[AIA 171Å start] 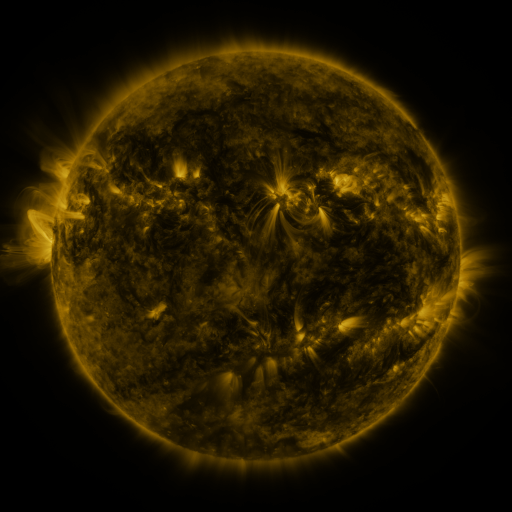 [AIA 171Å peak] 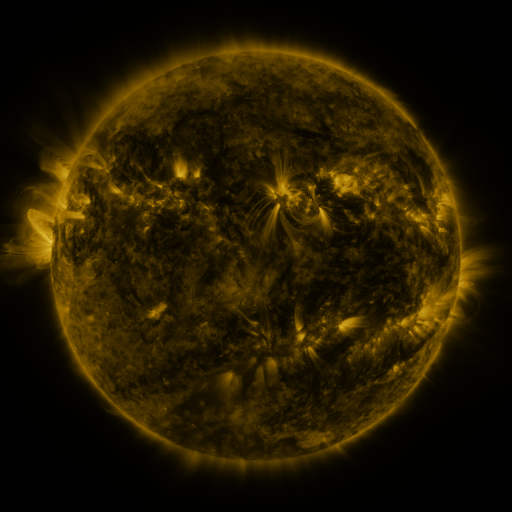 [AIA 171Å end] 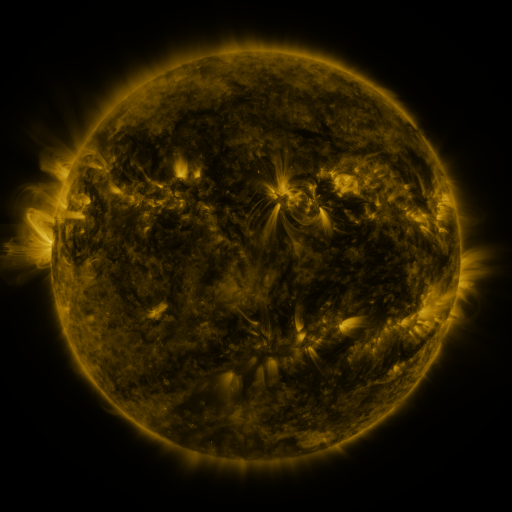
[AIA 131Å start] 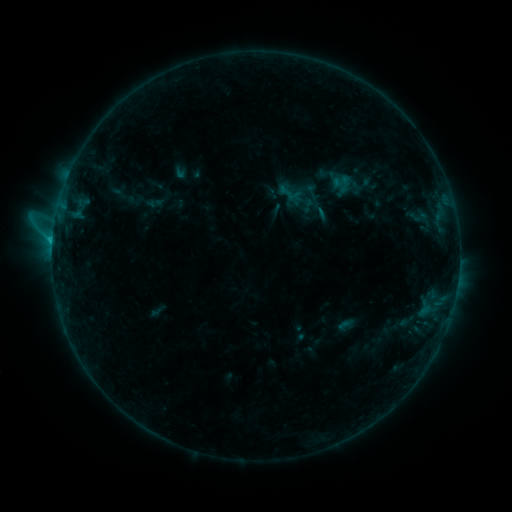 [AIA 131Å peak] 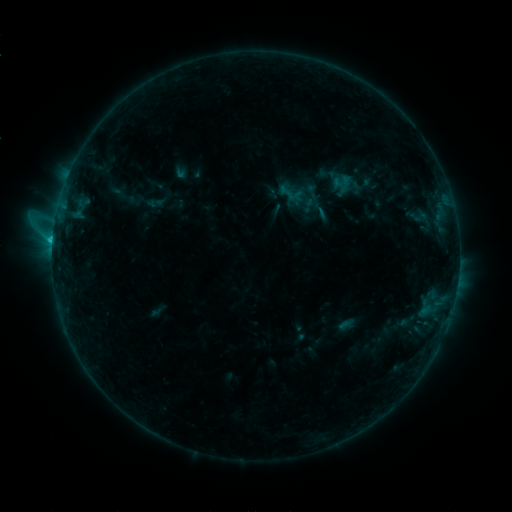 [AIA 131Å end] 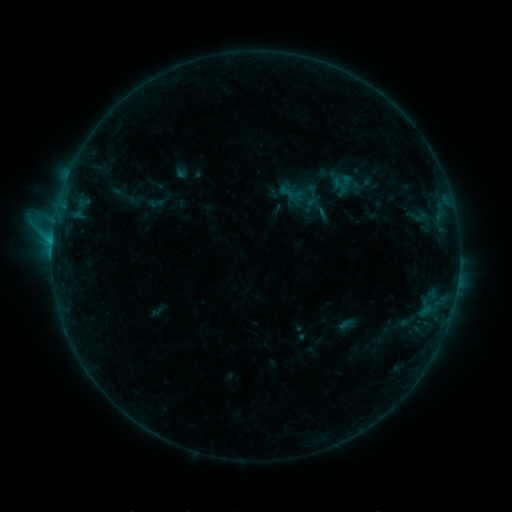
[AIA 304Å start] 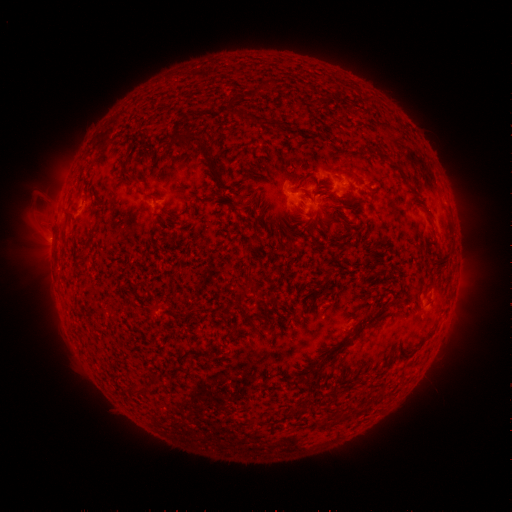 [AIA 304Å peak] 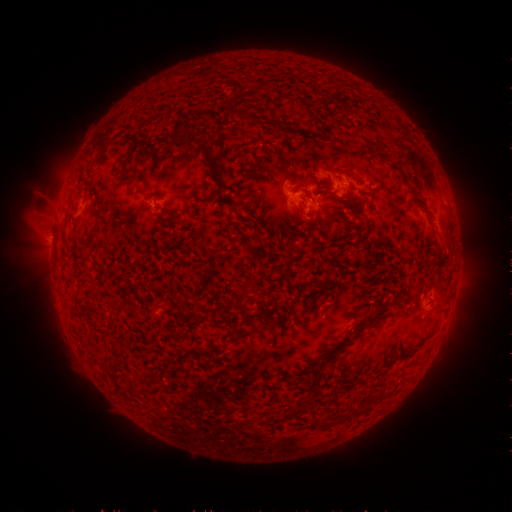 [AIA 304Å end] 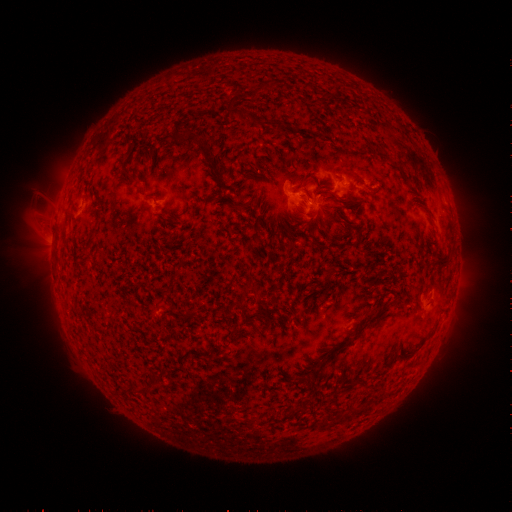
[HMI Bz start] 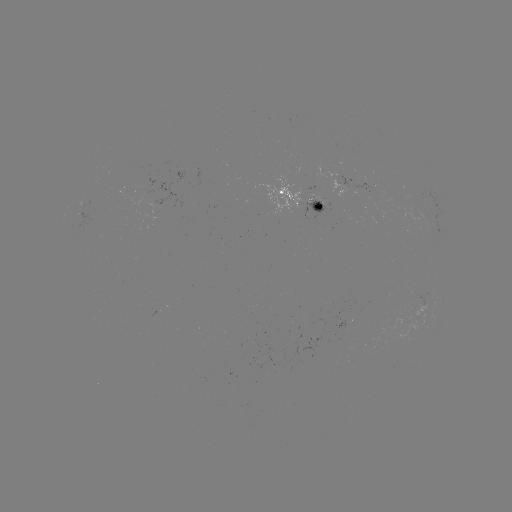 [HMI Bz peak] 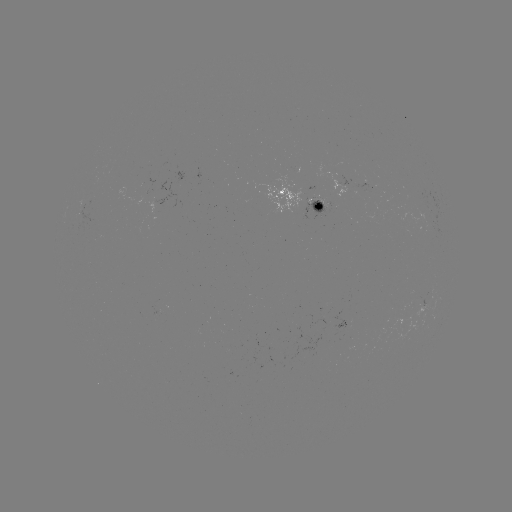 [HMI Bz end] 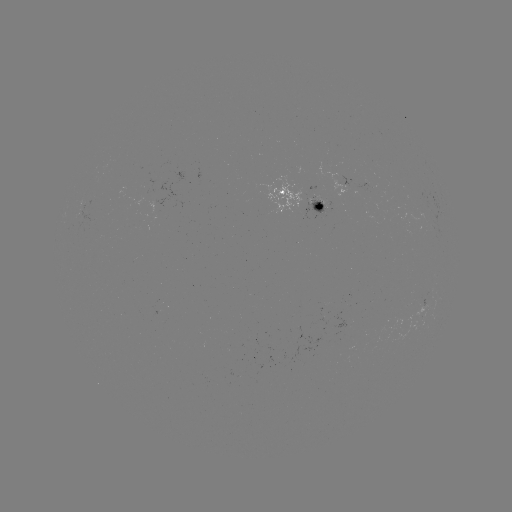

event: flare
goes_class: C1.2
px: (303, 198)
